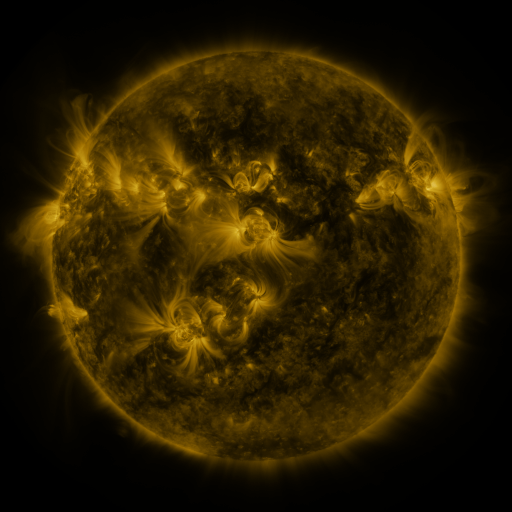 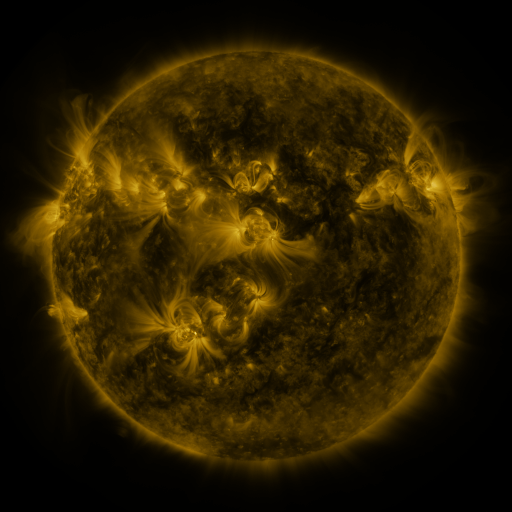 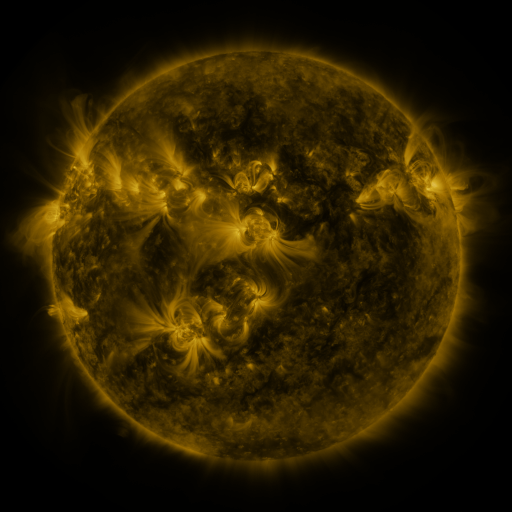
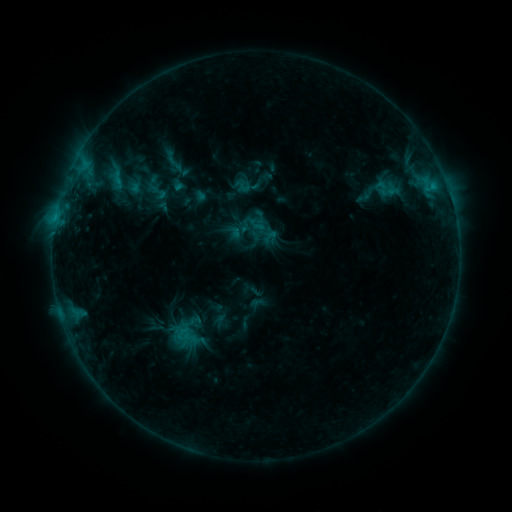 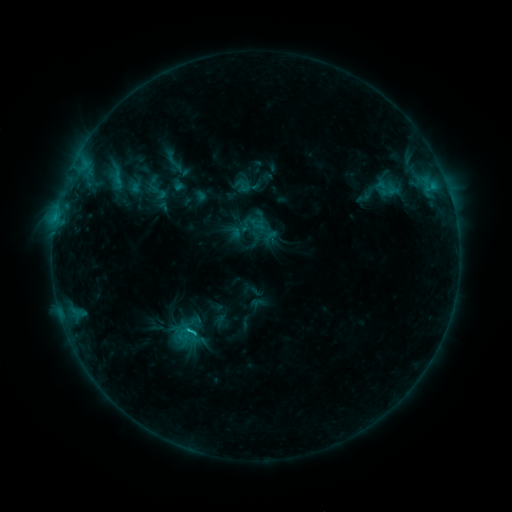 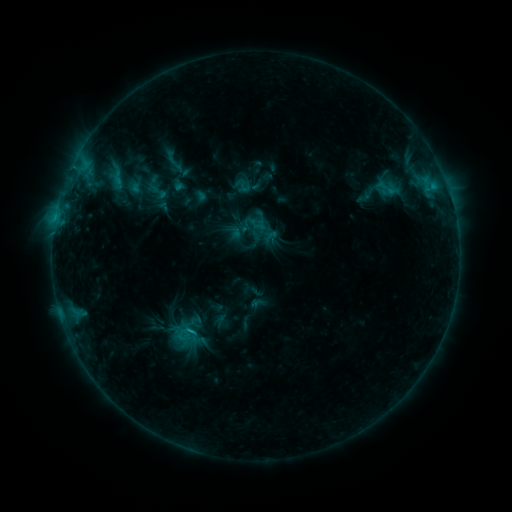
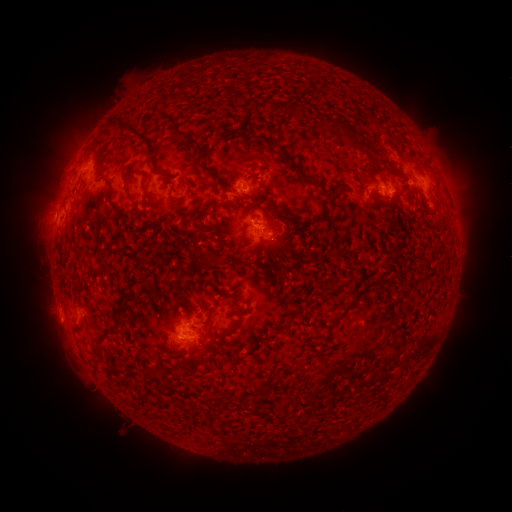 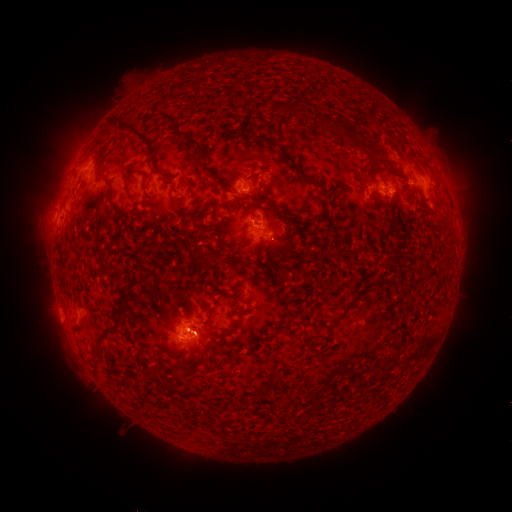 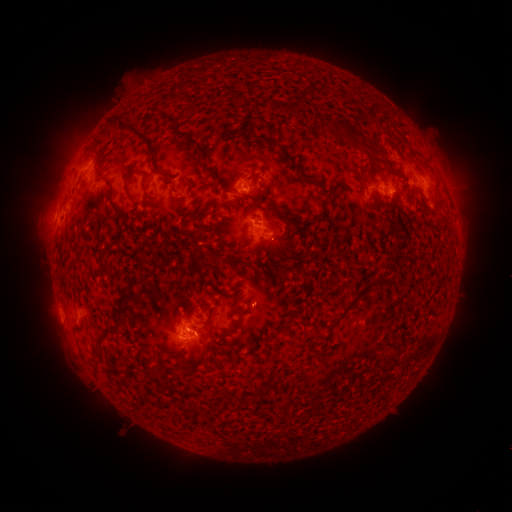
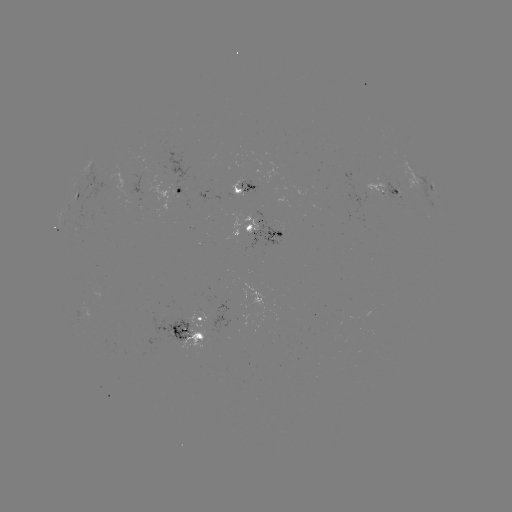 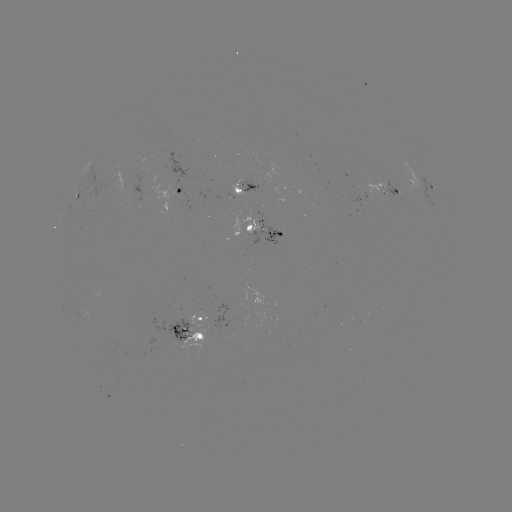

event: flare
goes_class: C1.3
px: (432, 187)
